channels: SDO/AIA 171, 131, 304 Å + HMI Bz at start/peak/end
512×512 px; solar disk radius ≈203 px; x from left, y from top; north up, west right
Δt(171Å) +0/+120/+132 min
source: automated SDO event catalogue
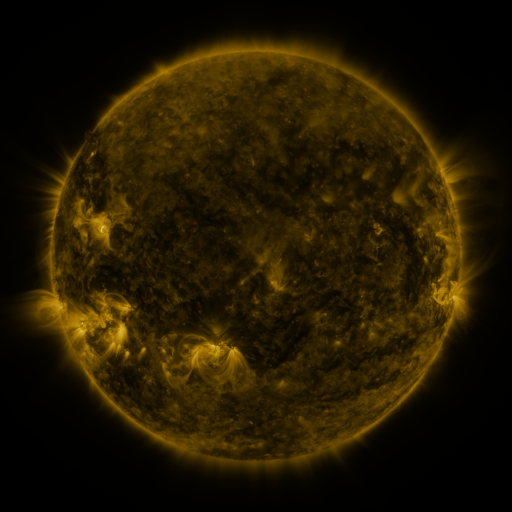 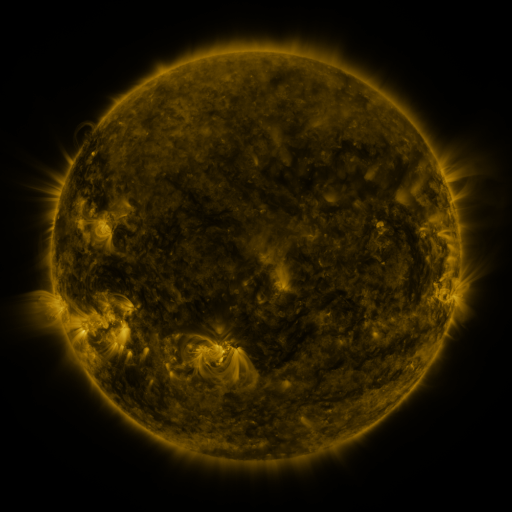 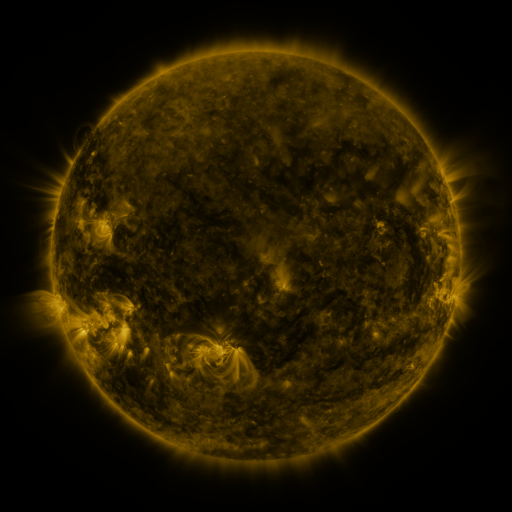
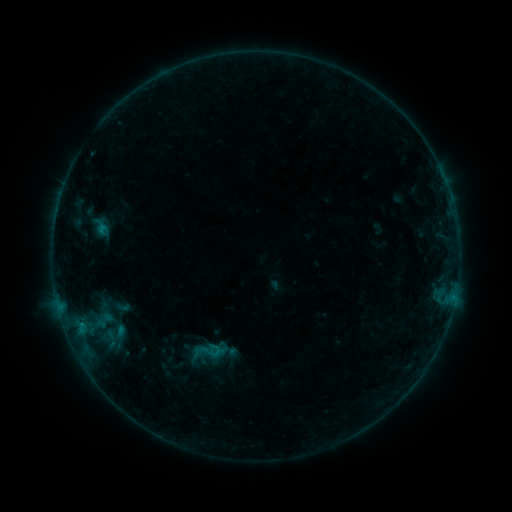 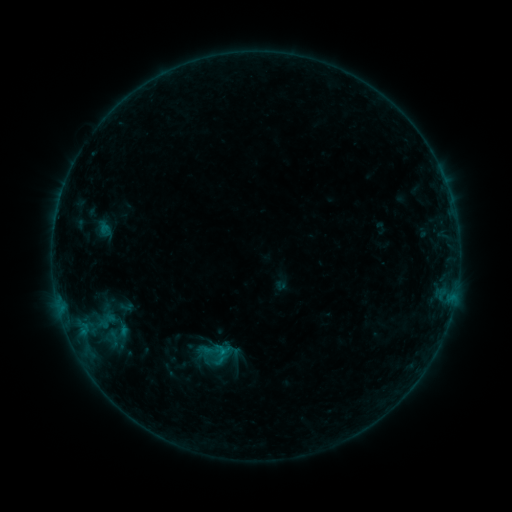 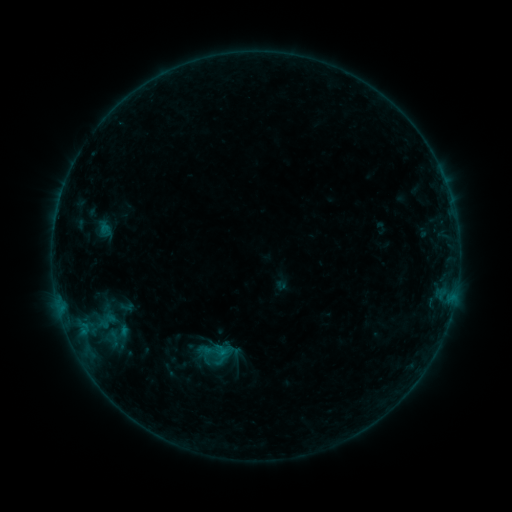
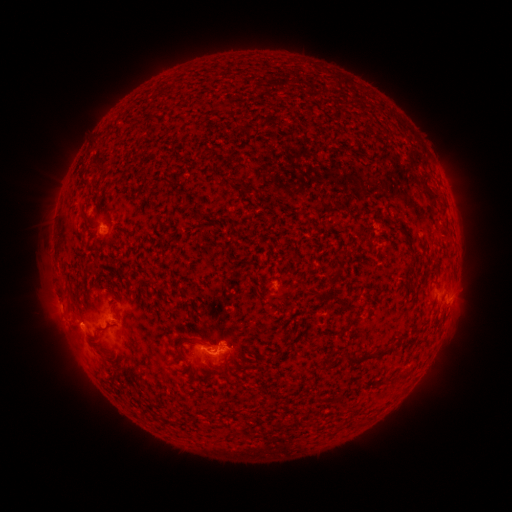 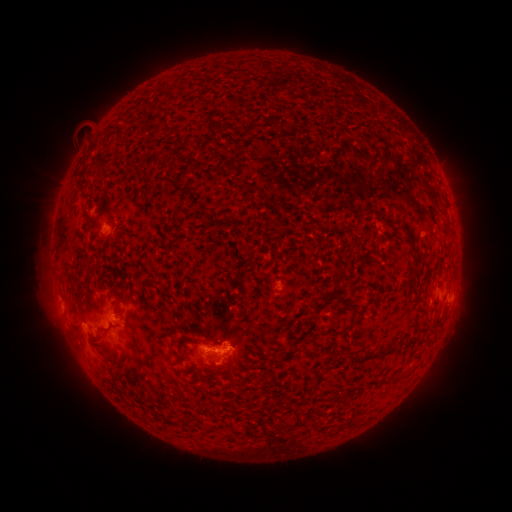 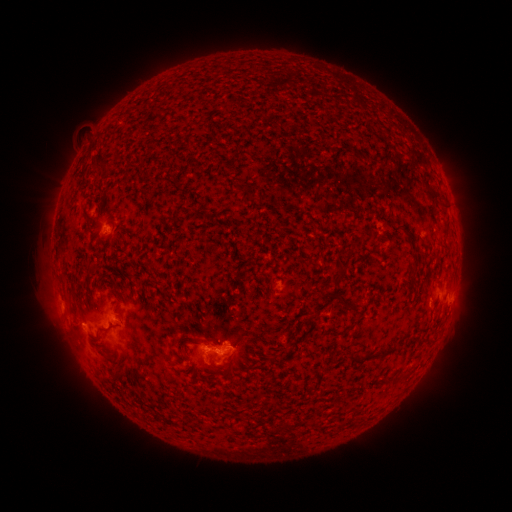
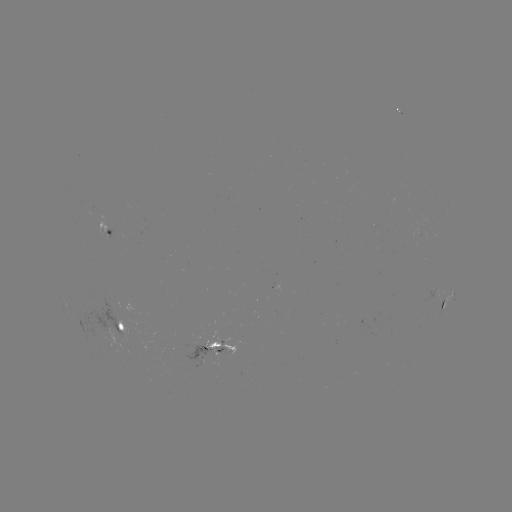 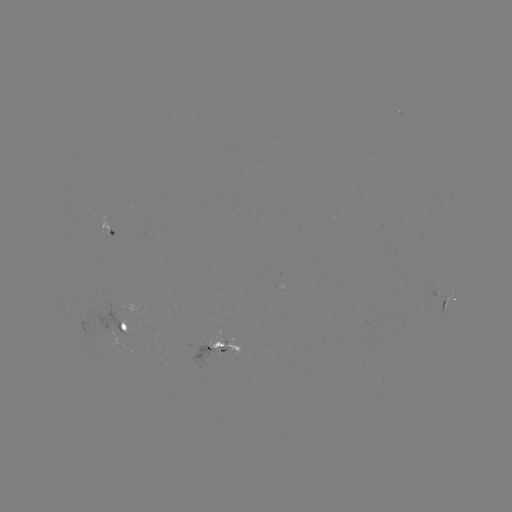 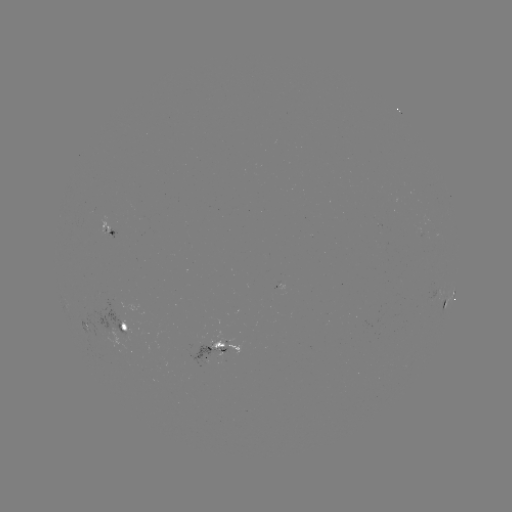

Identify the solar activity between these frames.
emerging-flux region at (112, 337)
